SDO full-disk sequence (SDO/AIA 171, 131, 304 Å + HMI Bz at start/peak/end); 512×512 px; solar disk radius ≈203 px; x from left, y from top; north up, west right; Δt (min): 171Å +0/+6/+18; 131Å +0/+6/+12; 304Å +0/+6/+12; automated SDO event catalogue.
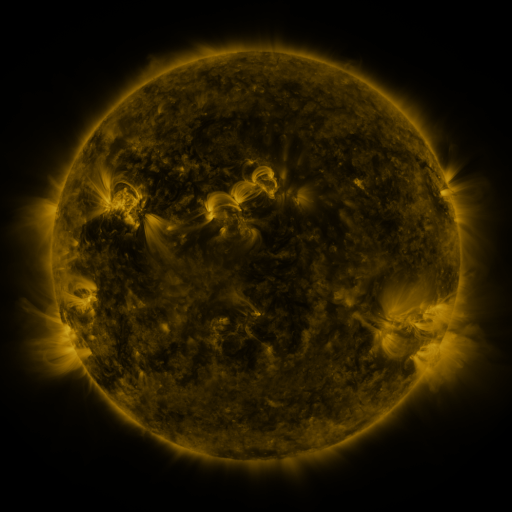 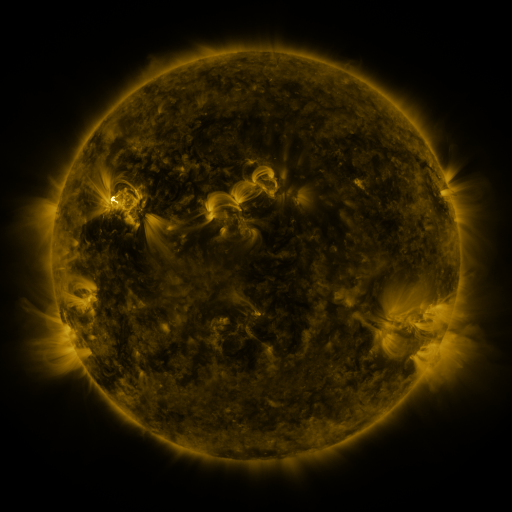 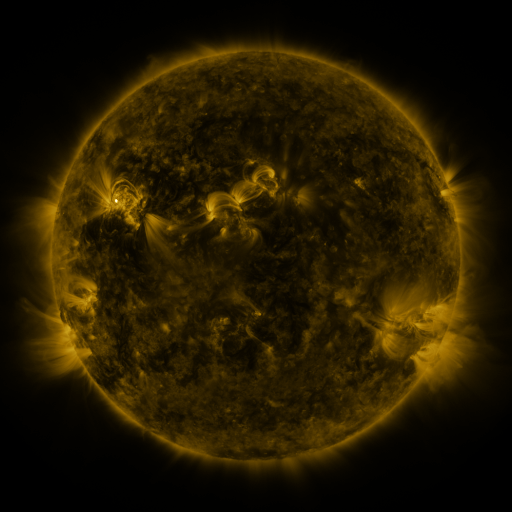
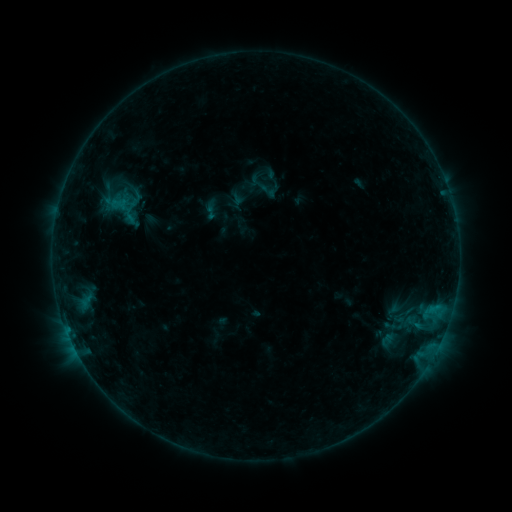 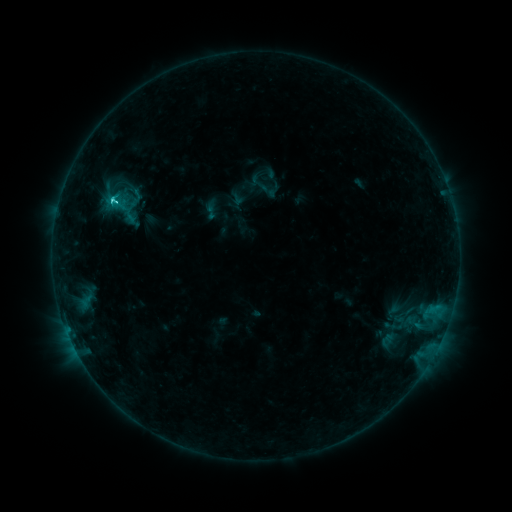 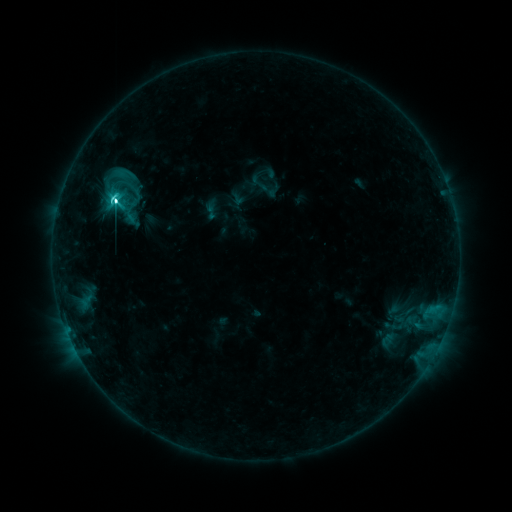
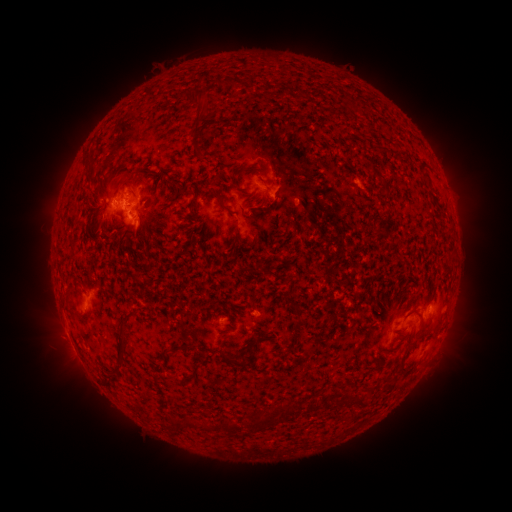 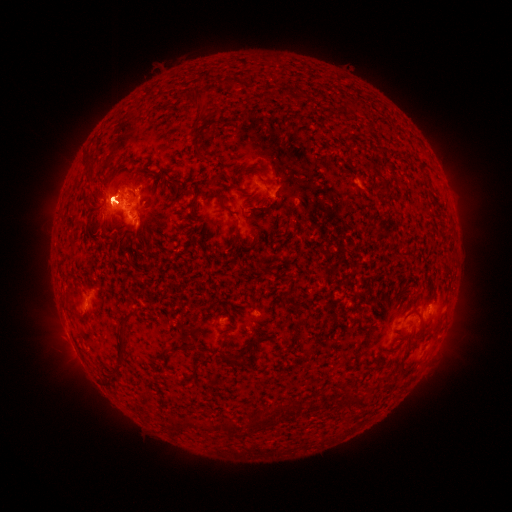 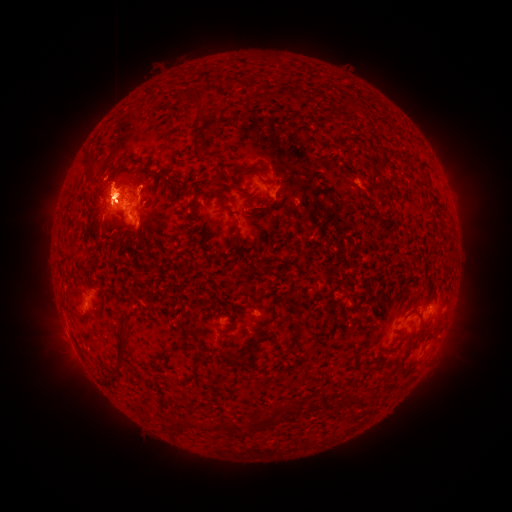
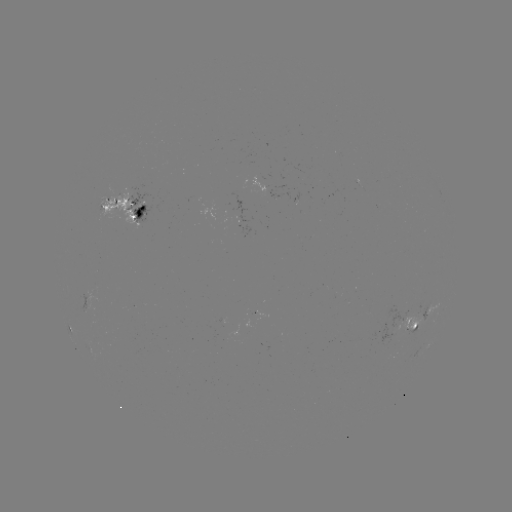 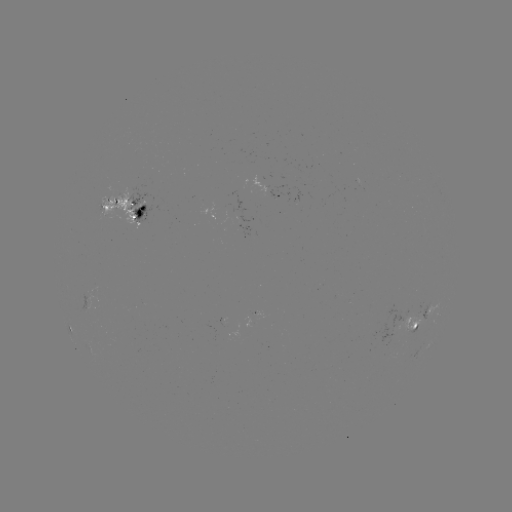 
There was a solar flare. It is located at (113, 202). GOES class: M1.4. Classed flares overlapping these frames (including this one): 1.